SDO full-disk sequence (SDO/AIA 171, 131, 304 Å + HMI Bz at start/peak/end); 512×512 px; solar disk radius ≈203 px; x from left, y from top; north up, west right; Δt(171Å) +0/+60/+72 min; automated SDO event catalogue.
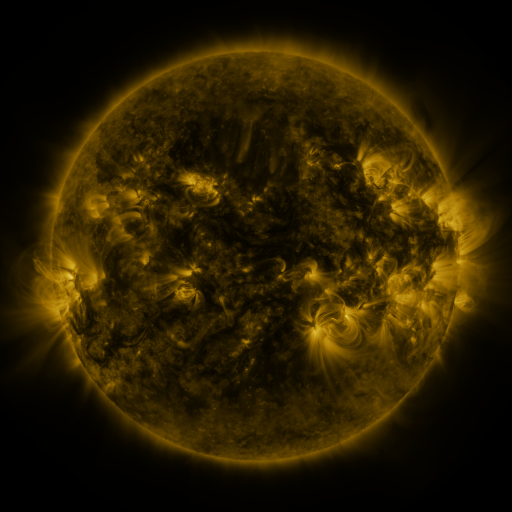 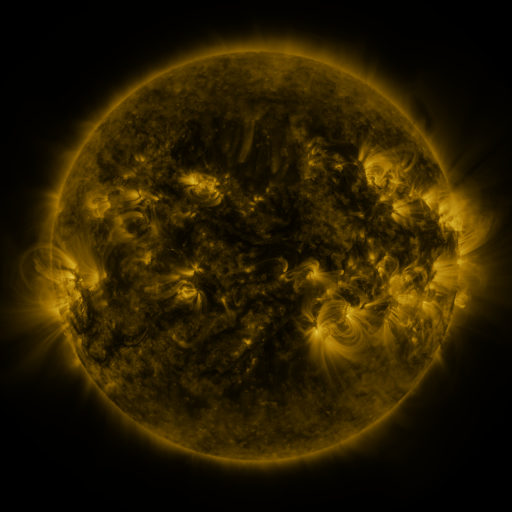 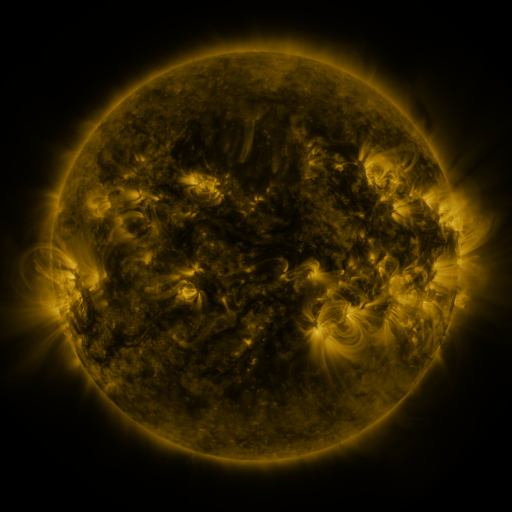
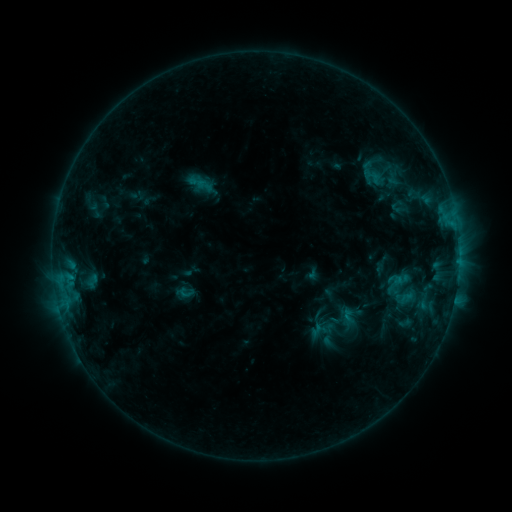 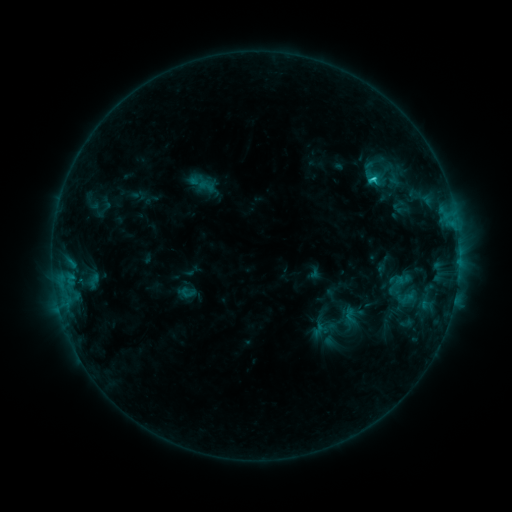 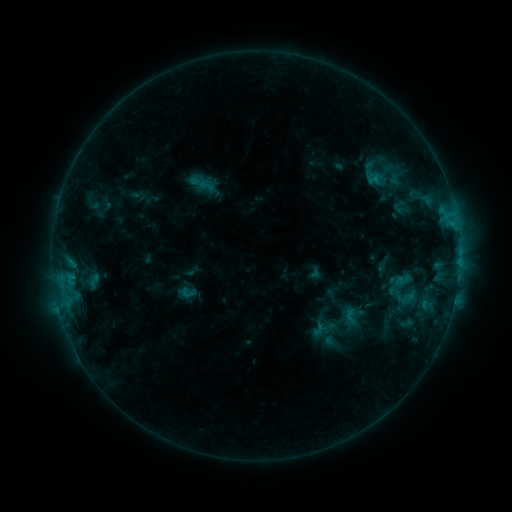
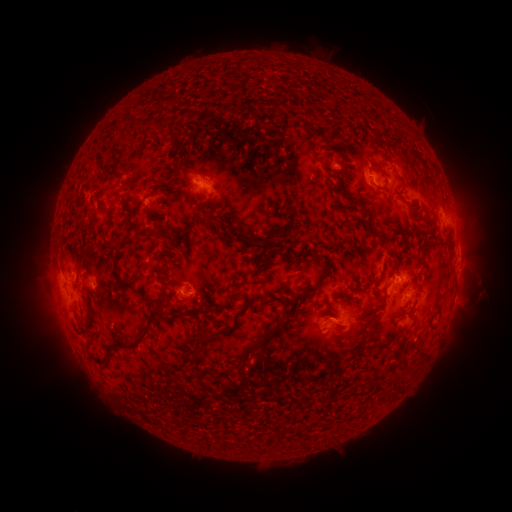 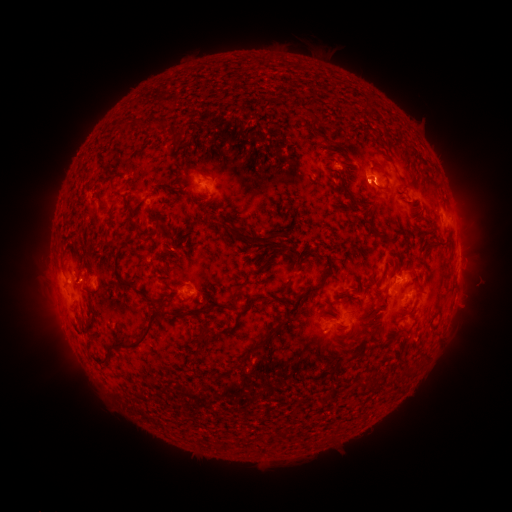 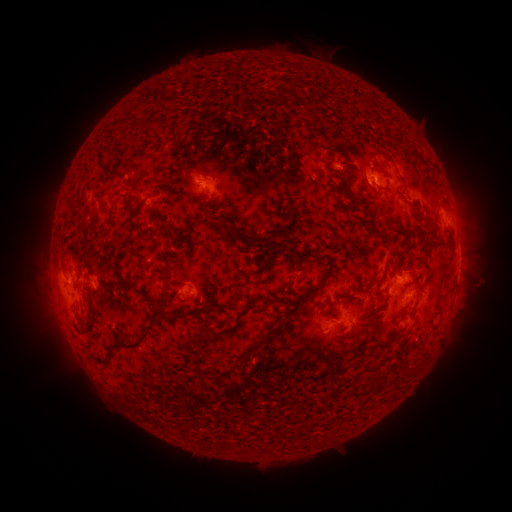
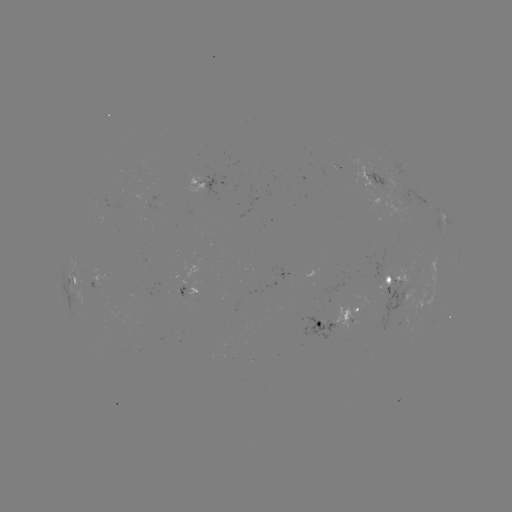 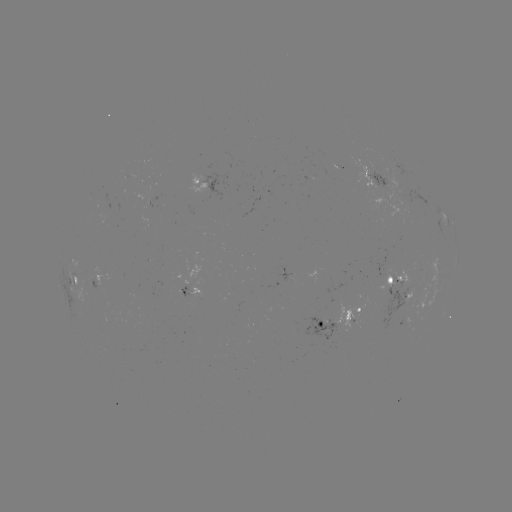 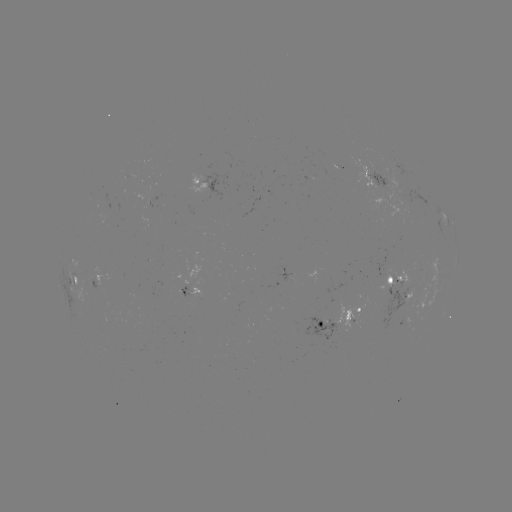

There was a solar emerging-flux region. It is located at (385, 173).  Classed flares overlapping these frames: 1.